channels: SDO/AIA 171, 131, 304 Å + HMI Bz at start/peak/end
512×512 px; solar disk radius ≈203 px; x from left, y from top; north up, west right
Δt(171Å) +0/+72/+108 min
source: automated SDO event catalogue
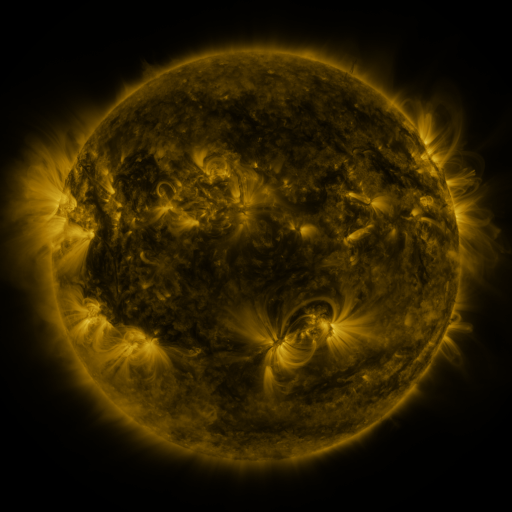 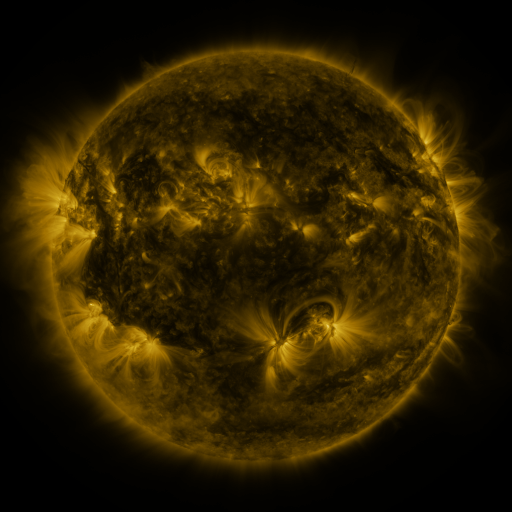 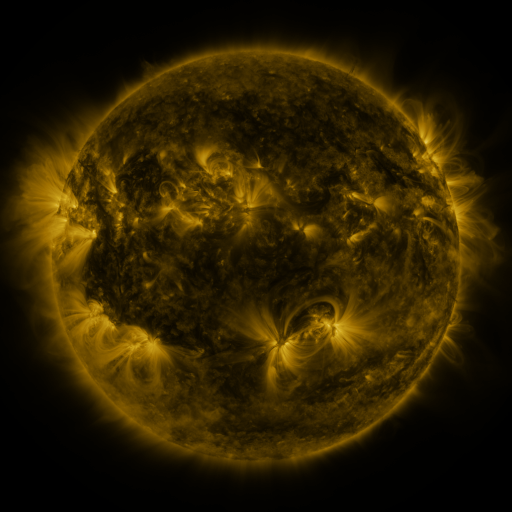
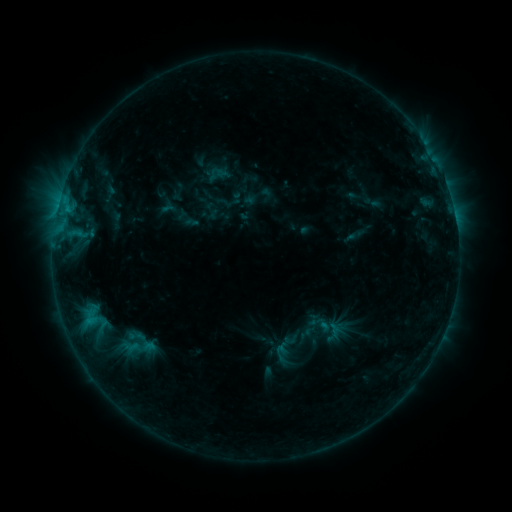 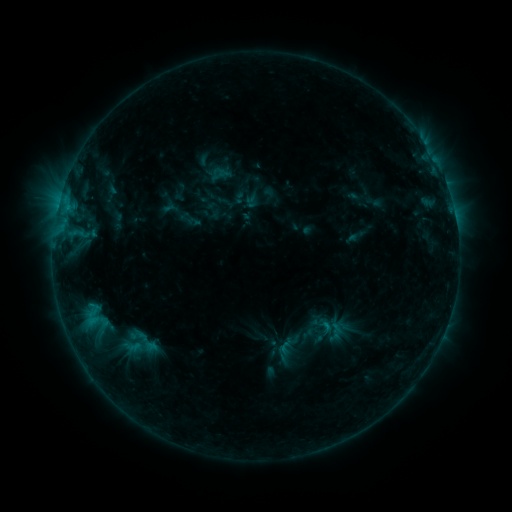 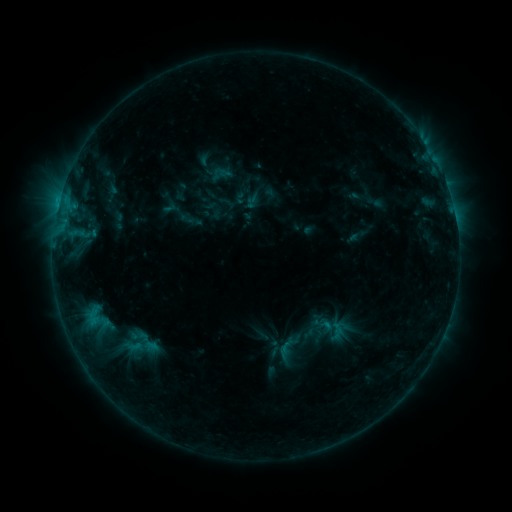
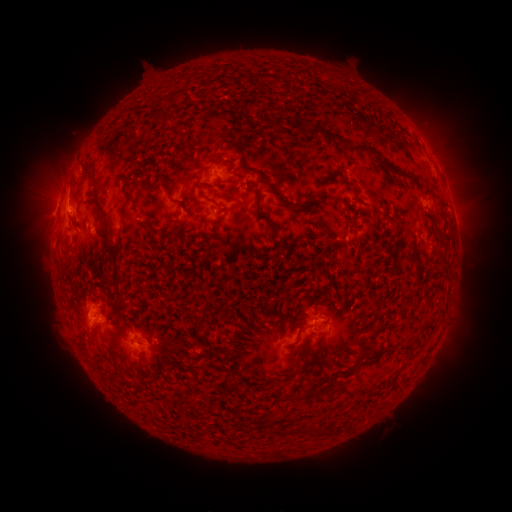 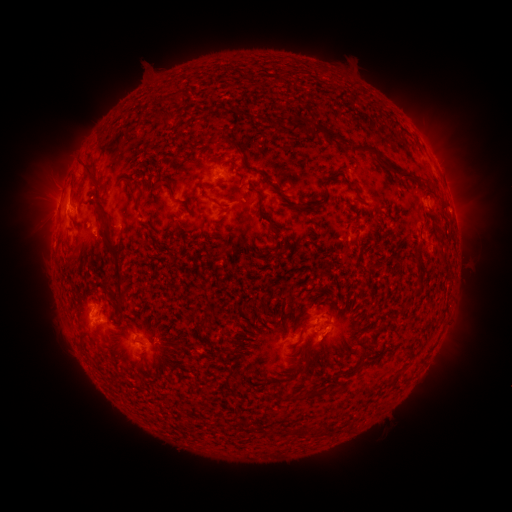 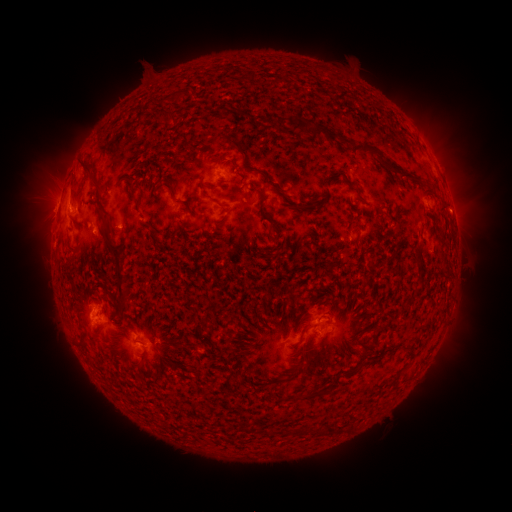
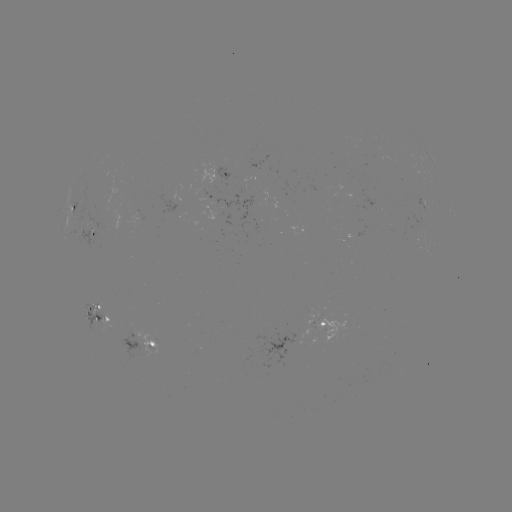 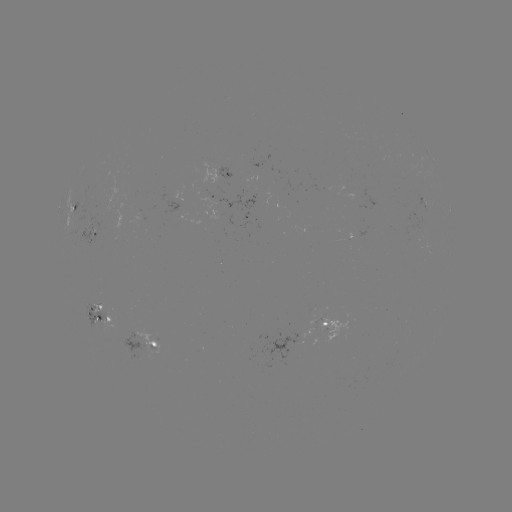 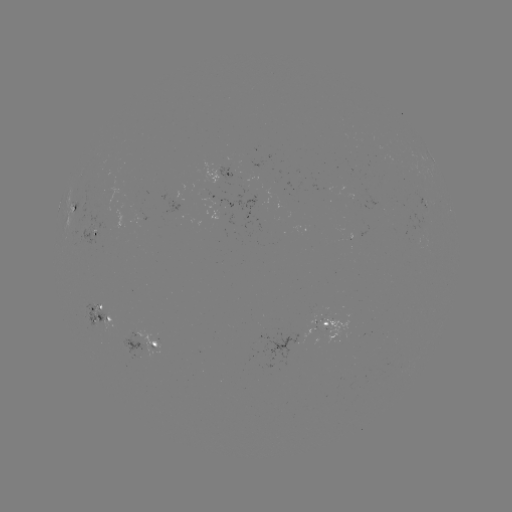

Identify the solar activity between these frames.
emerging-flux region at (328, 321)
